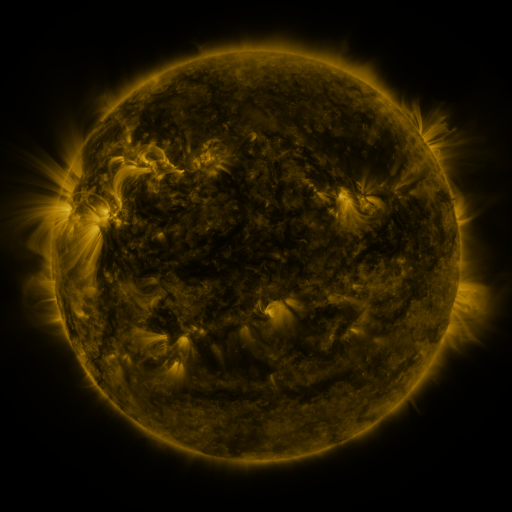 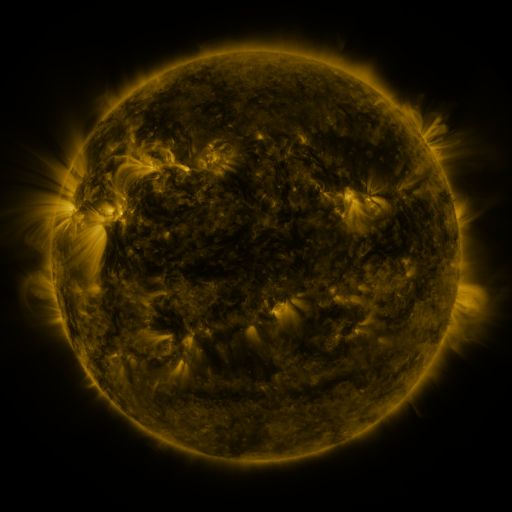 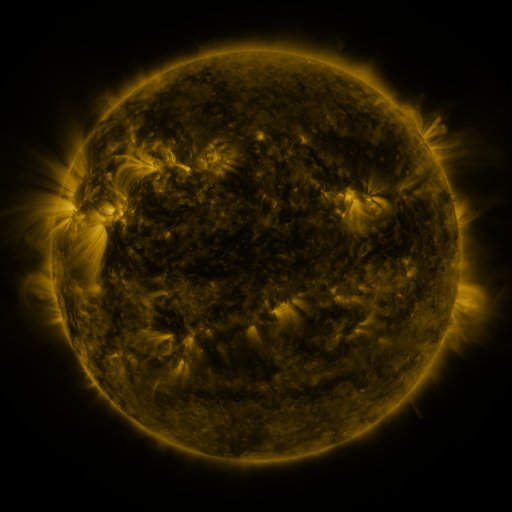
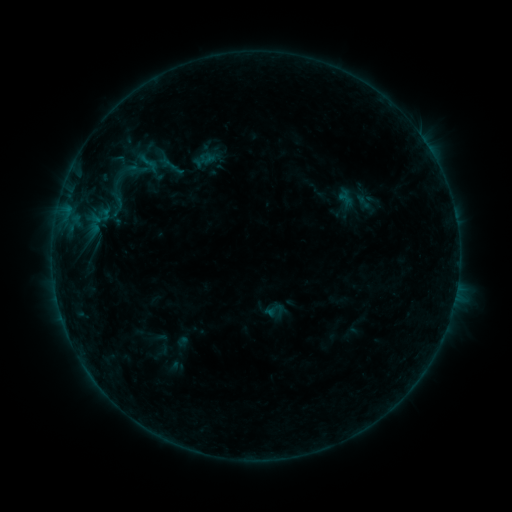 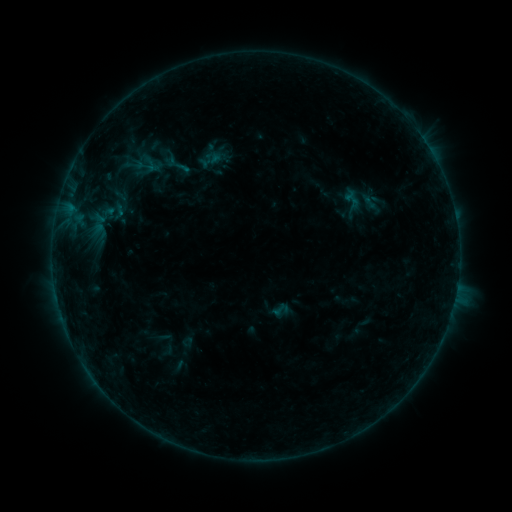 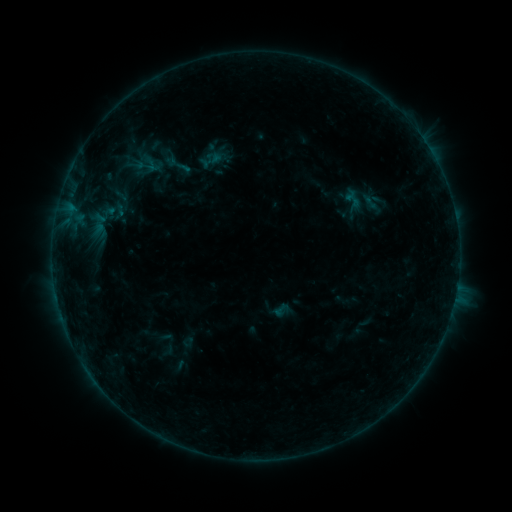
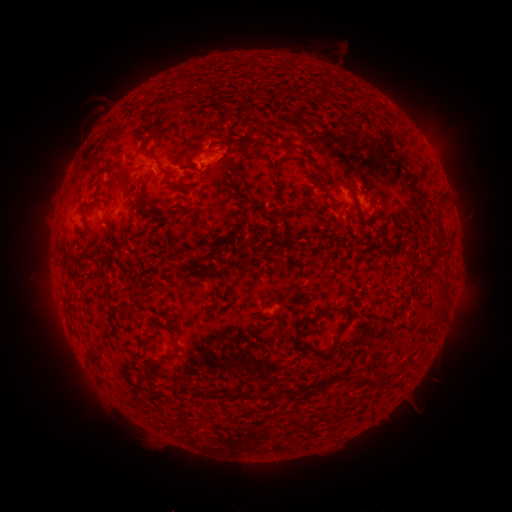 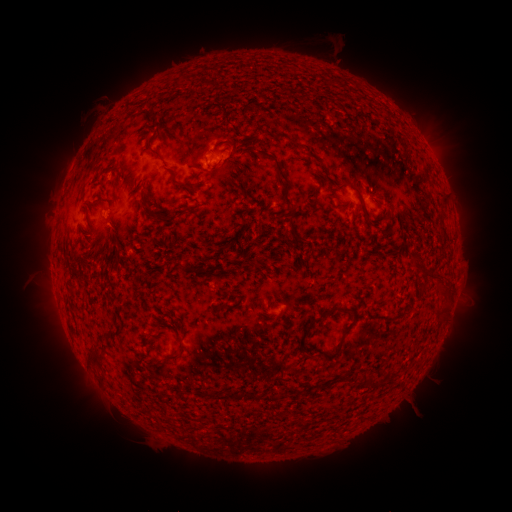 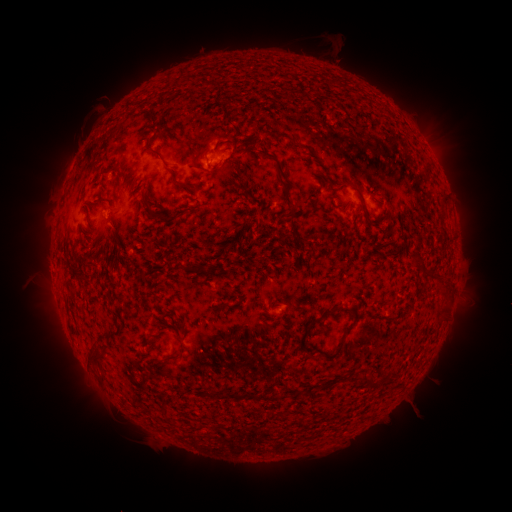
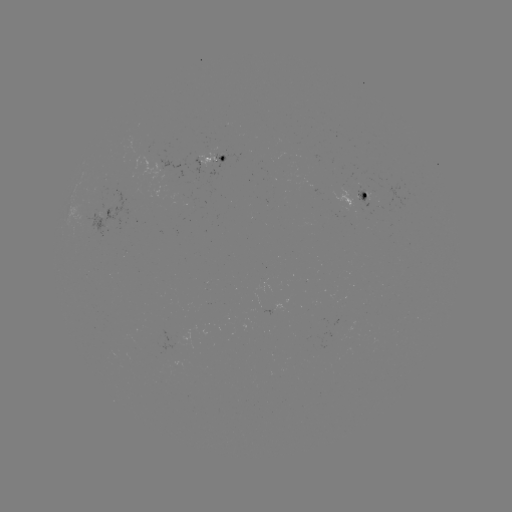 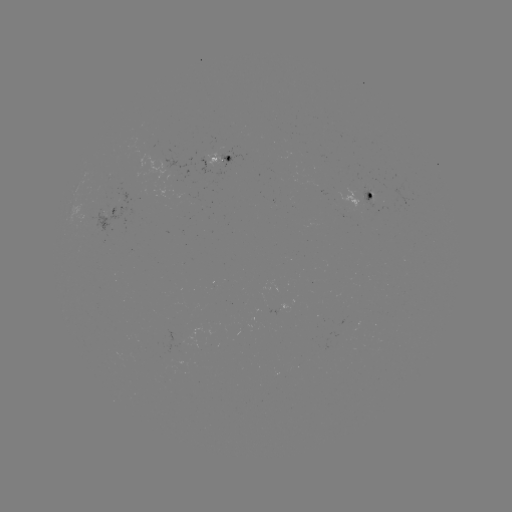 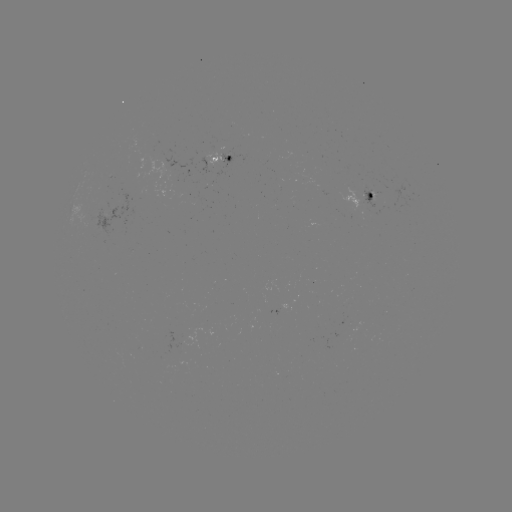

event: emerging-flux region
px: (367, 192)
